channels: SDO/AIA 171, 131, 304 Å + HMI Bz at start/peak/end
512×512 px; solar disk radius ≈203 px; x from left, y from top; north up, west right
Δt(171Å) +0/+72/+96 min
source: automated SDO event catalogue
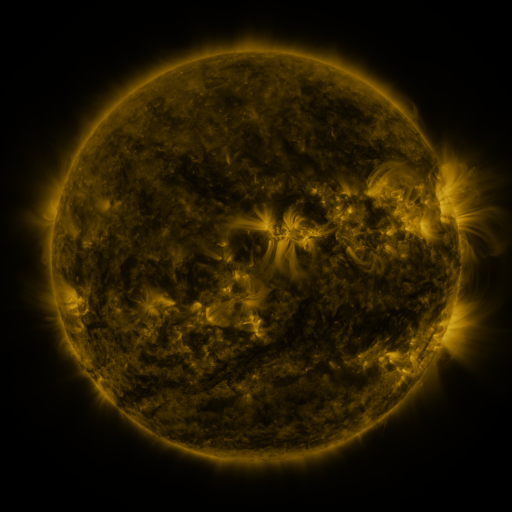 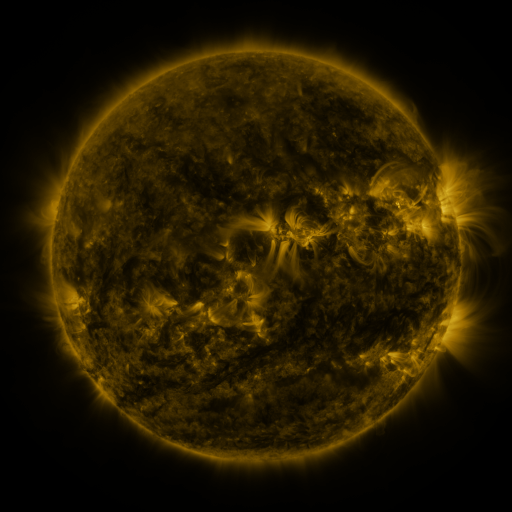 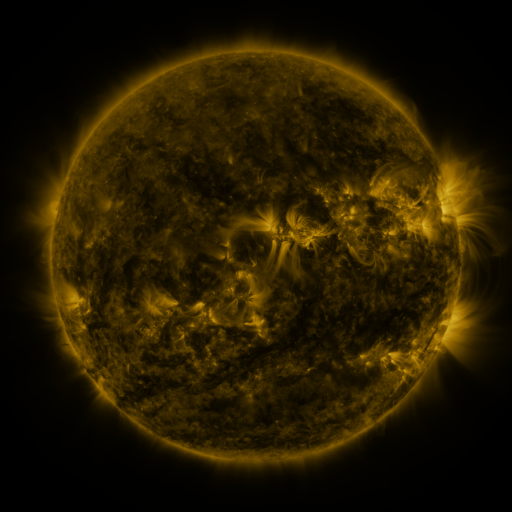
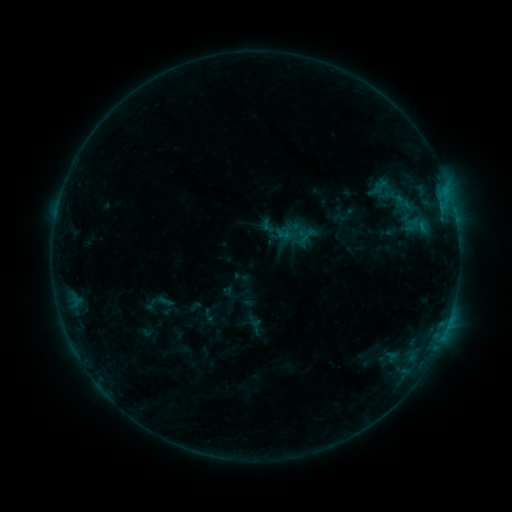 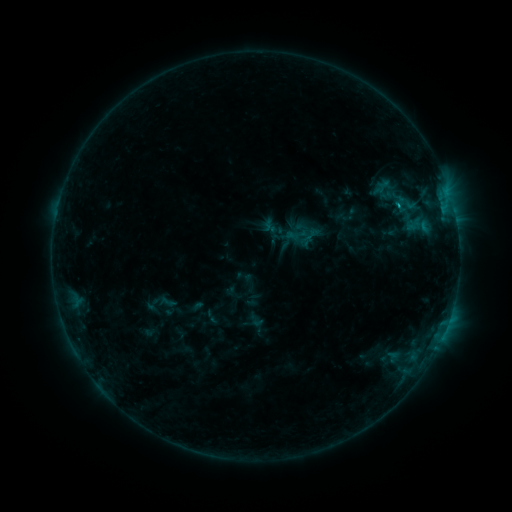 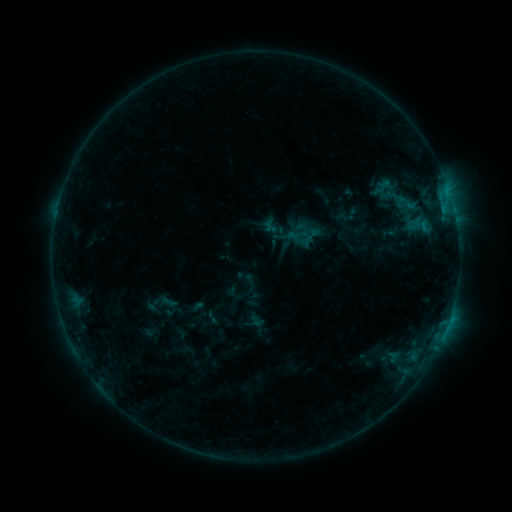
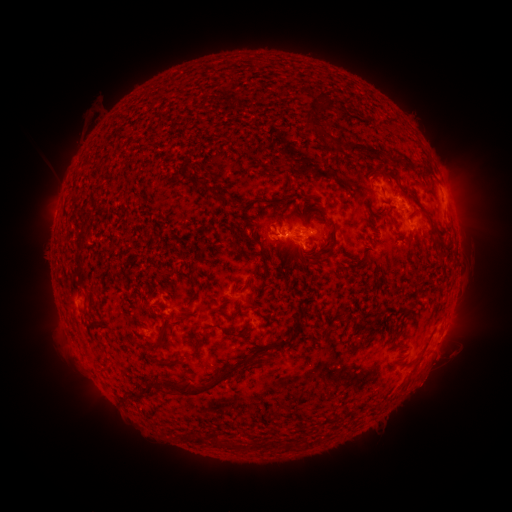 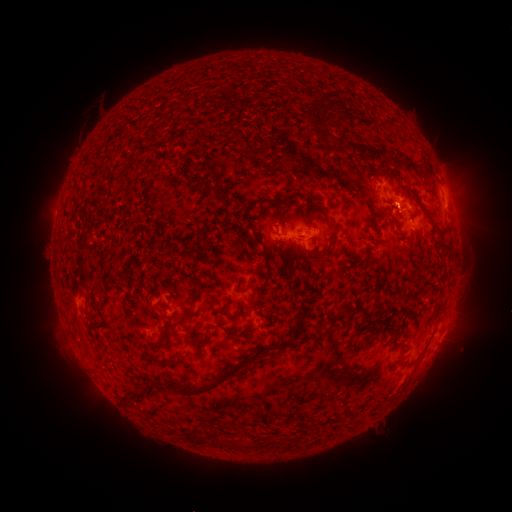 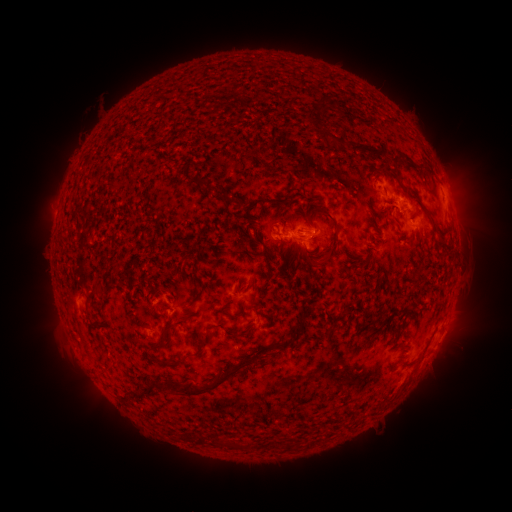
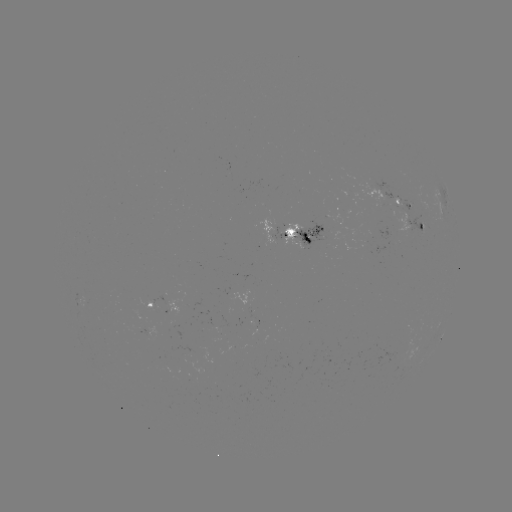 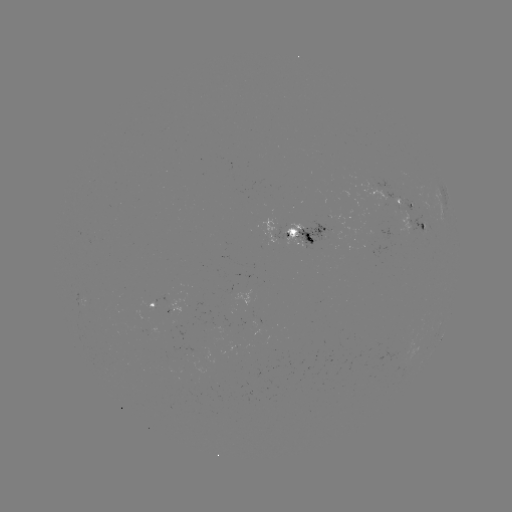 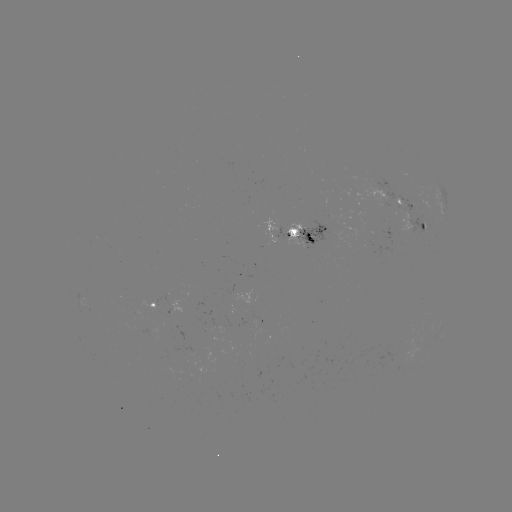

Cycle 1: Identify emerging-flux region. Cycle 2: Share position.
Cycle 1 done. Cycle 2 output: (173, 308).